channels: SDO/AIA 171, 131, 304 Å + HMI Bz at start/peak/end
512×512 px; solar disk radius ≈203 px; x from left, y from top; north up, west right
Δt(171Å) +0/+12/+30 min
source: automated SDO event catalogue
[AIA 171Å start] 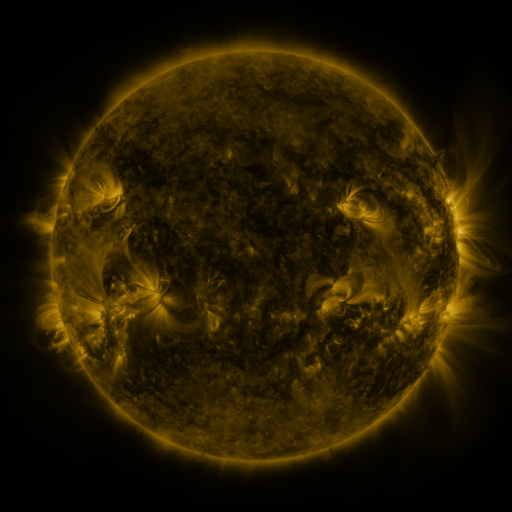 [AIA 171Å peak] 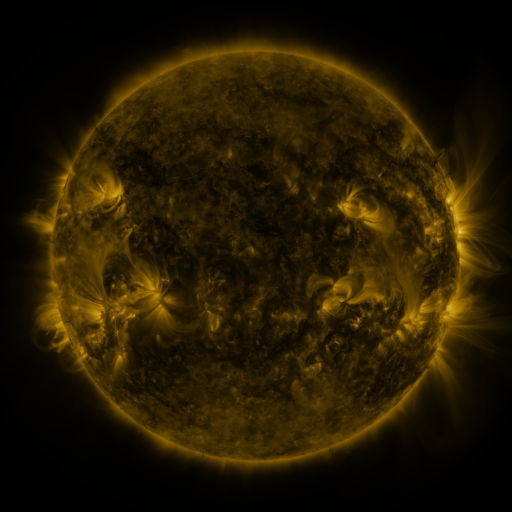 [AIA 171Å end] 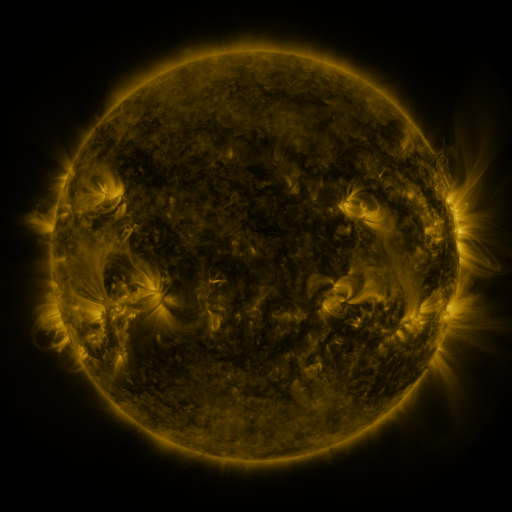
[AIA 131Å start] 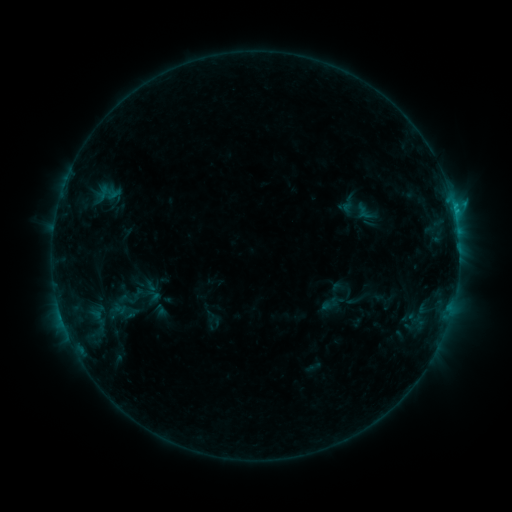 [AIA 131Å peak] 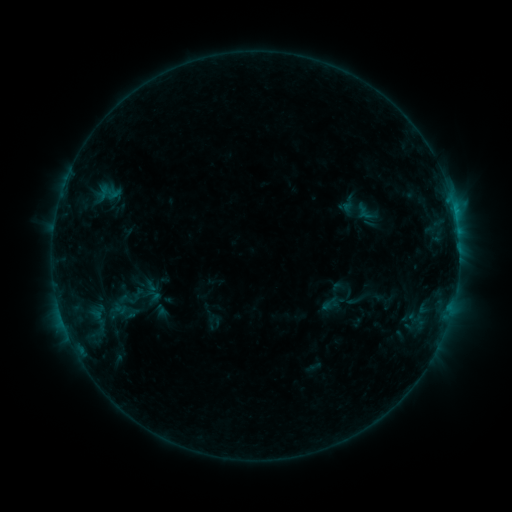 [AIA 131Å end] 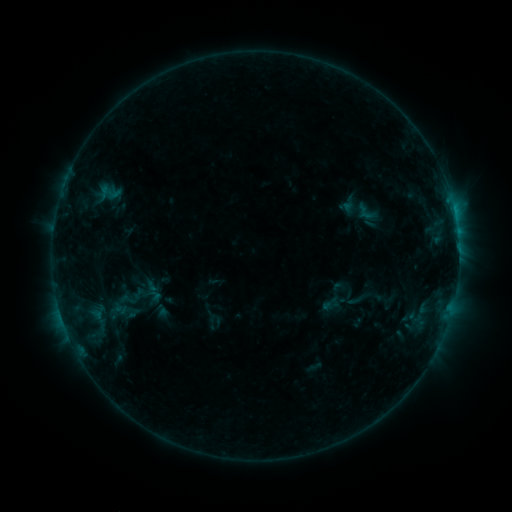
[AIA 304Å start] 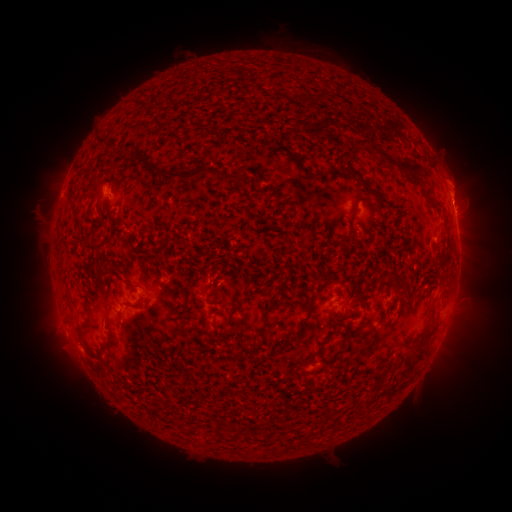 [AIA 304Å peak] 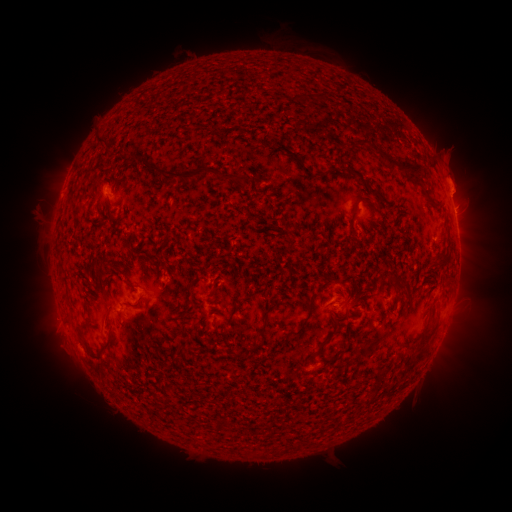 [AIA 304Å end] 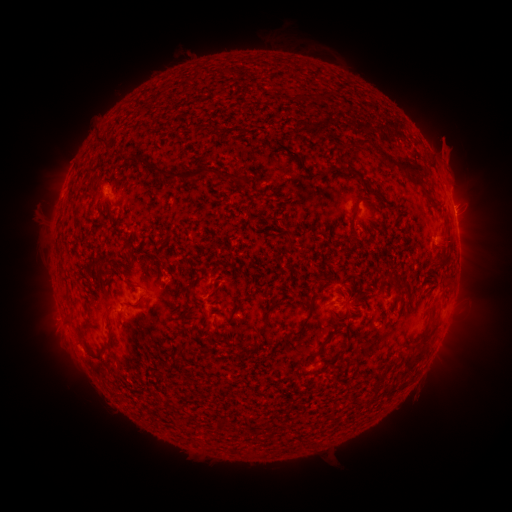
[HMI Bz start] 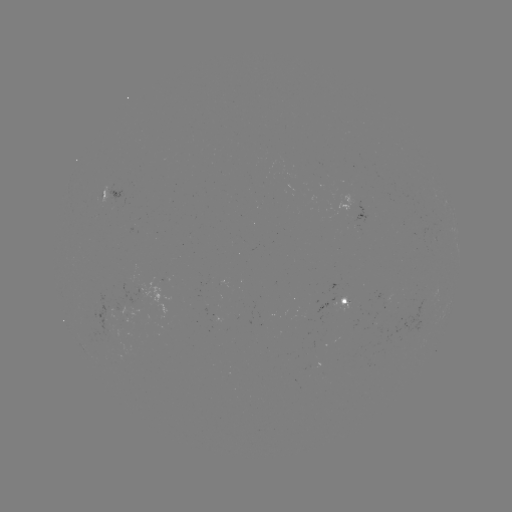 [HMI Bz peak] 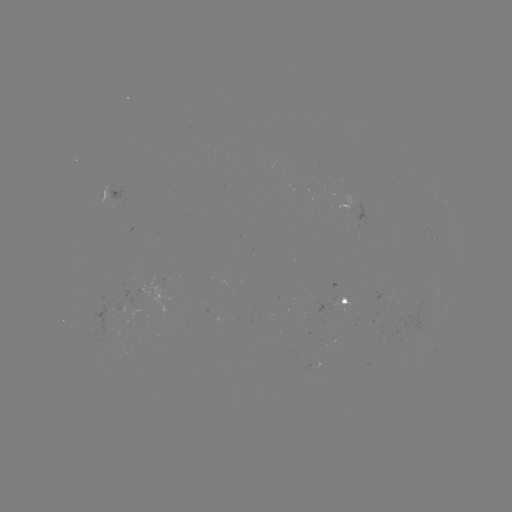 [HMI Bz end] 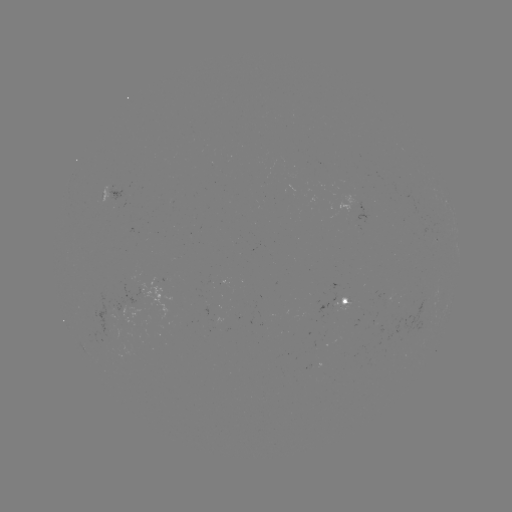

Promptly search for eruption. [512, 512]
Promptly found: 458,180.